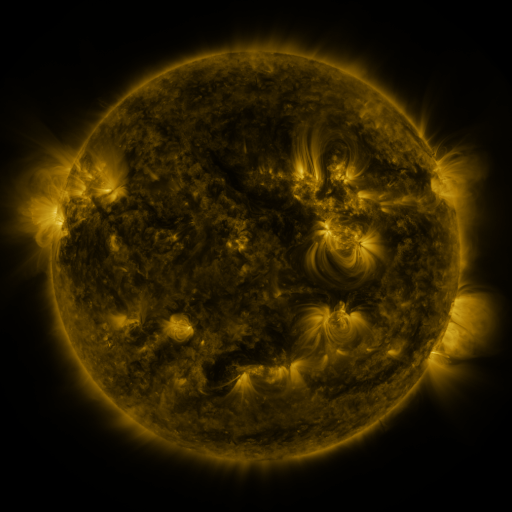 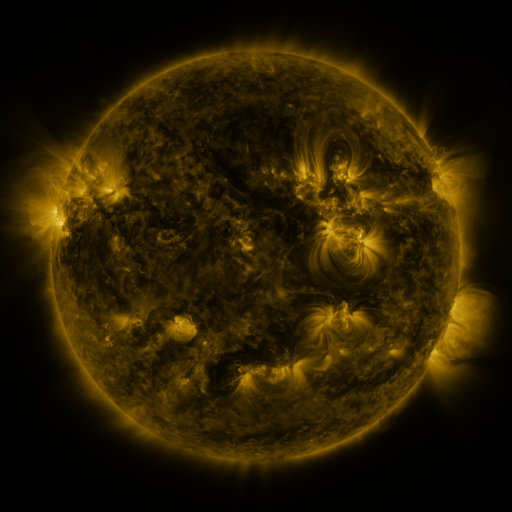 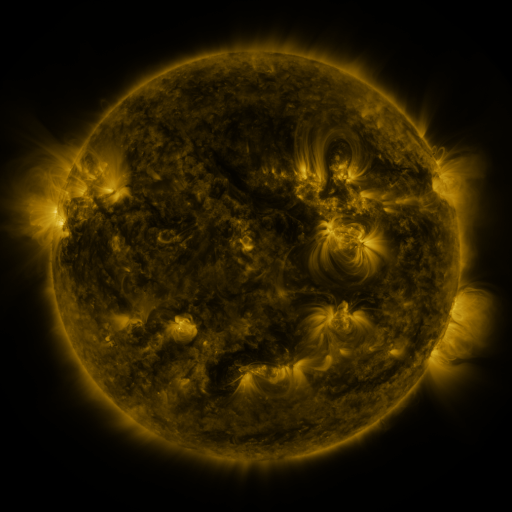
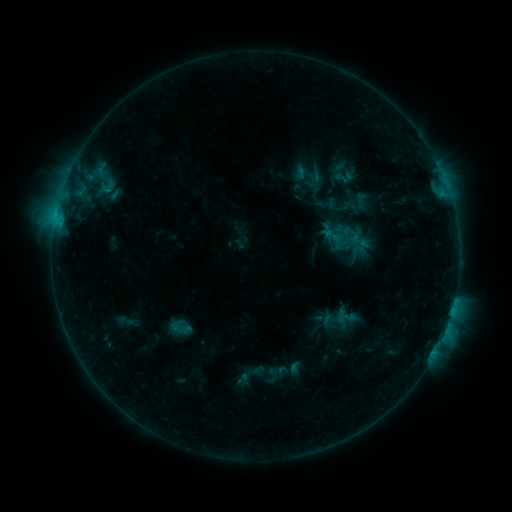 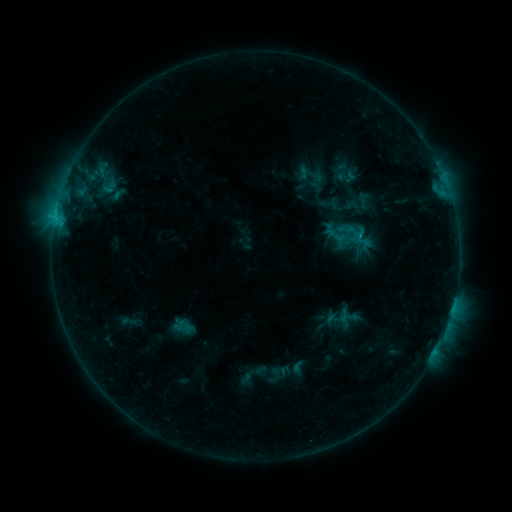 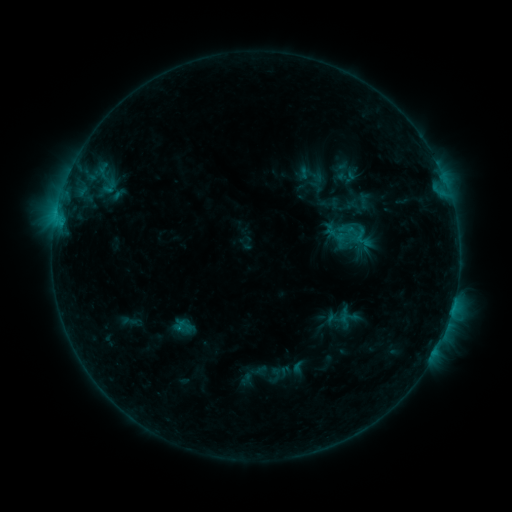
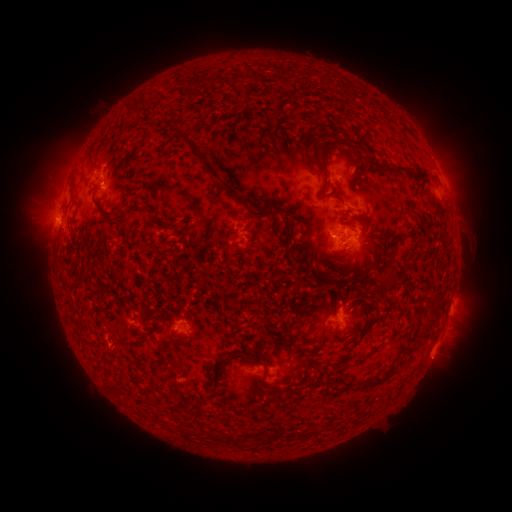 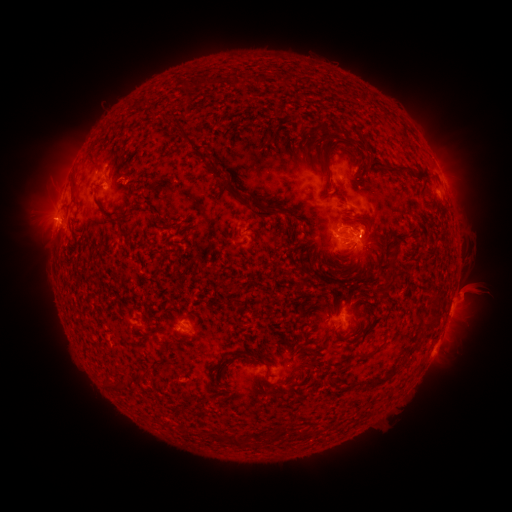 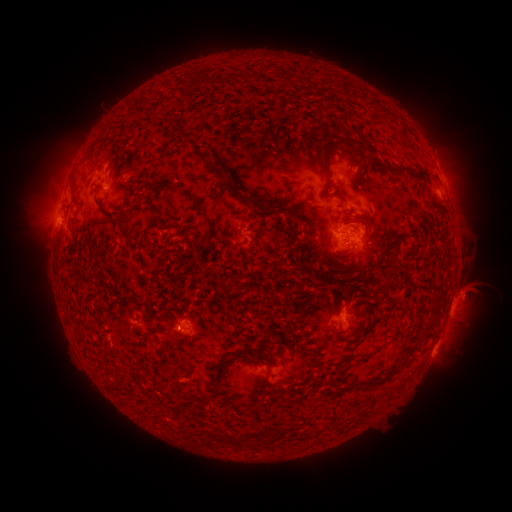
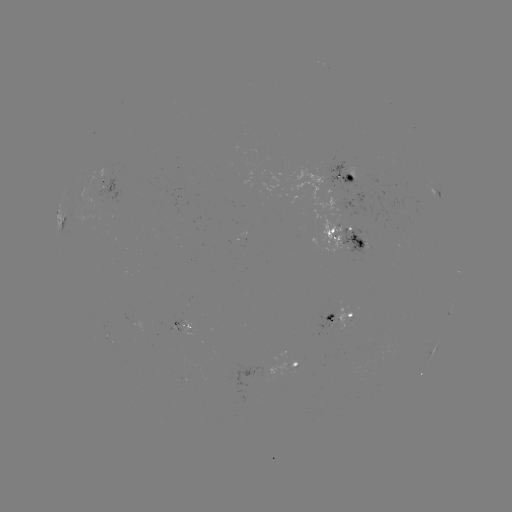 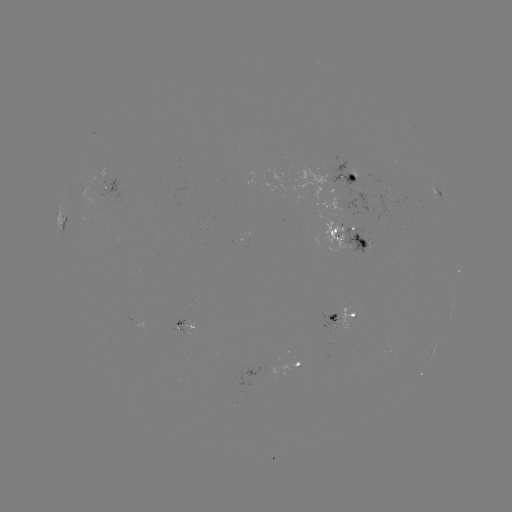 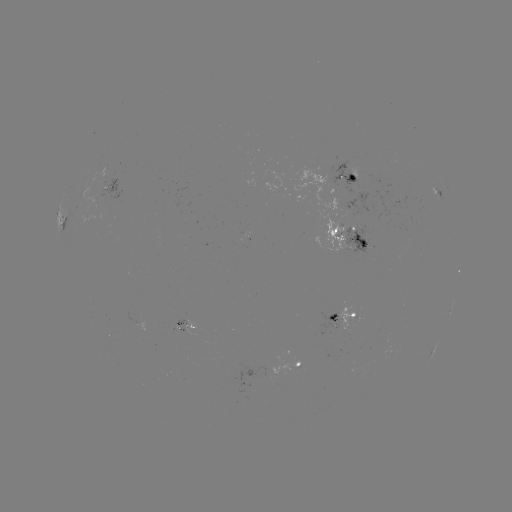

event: emerging-flux region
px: (354, 244)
